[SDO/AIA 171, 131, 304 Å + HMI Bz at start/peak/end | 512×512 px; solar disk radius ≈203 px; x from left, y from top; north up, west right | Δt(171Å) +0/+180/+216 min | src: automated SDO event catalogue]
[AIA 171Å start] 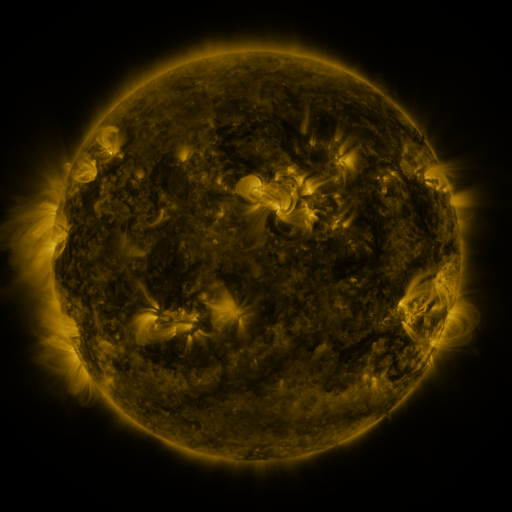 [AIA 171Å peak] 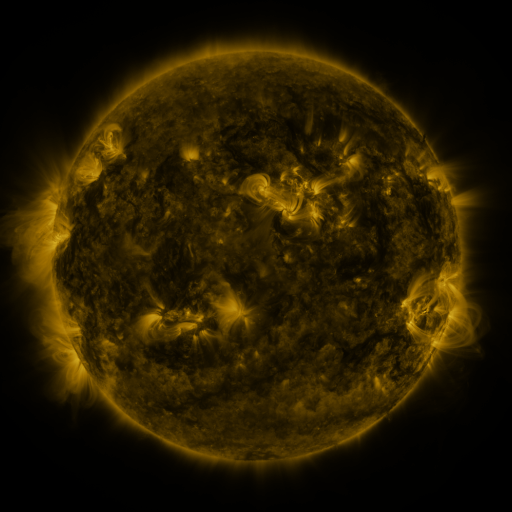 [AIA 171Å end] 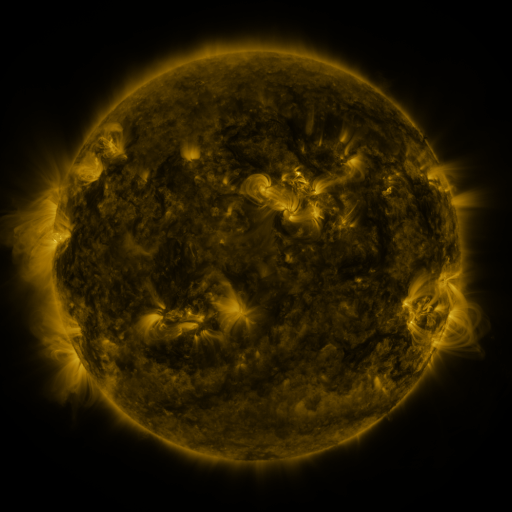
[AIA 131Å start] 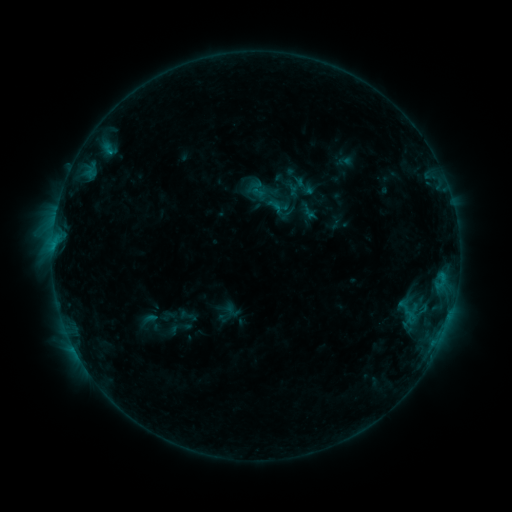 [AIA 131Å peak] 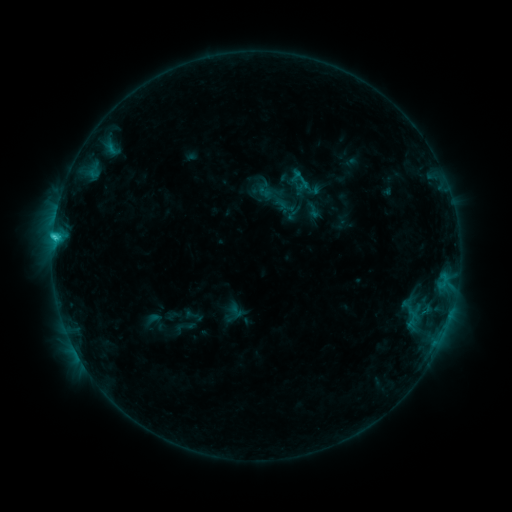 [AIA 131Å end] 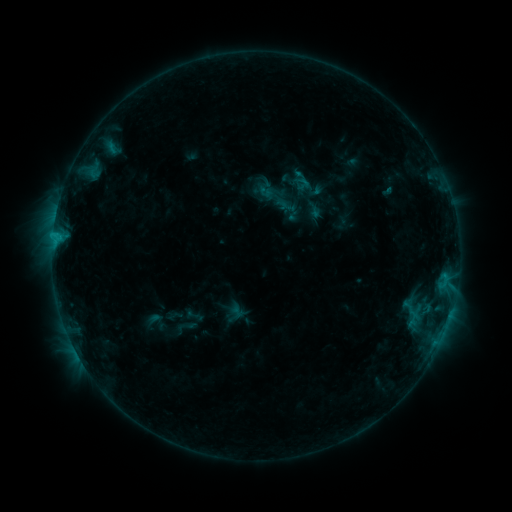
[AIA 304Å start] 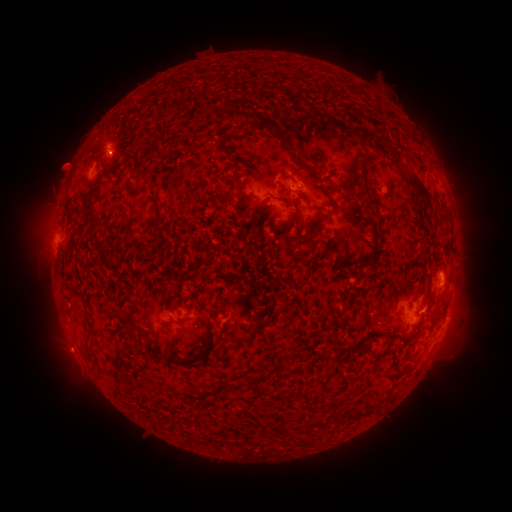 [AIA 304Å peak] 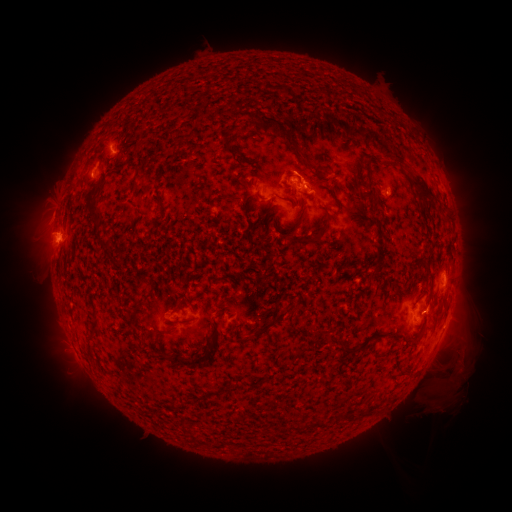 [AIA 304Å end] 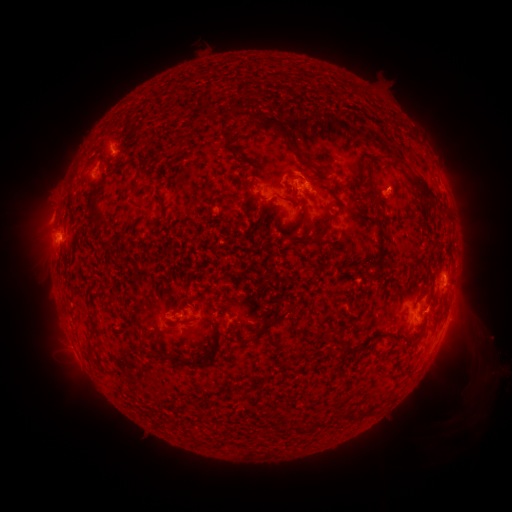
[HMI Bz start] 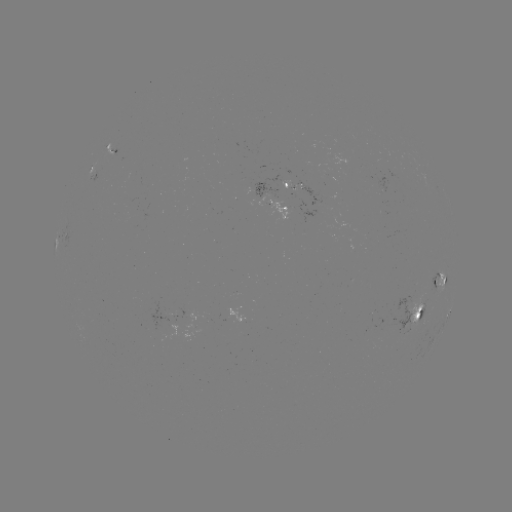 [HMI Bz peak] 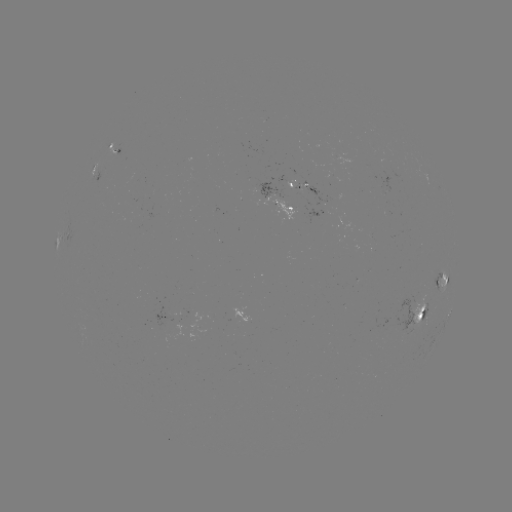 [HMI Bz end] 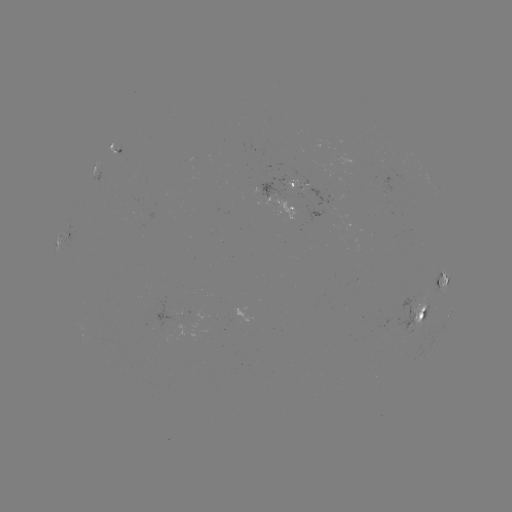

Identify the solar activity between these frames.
emerging-flux region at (416, 306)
